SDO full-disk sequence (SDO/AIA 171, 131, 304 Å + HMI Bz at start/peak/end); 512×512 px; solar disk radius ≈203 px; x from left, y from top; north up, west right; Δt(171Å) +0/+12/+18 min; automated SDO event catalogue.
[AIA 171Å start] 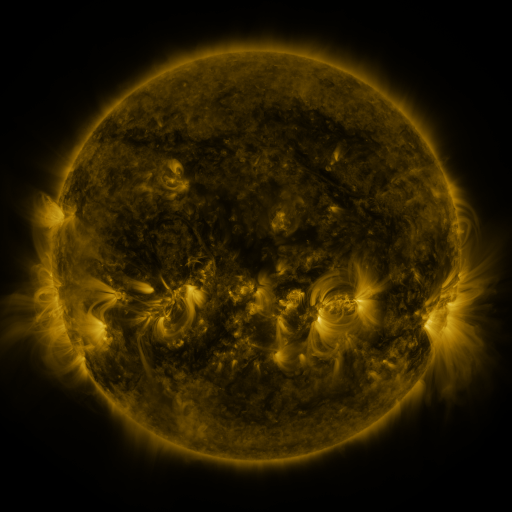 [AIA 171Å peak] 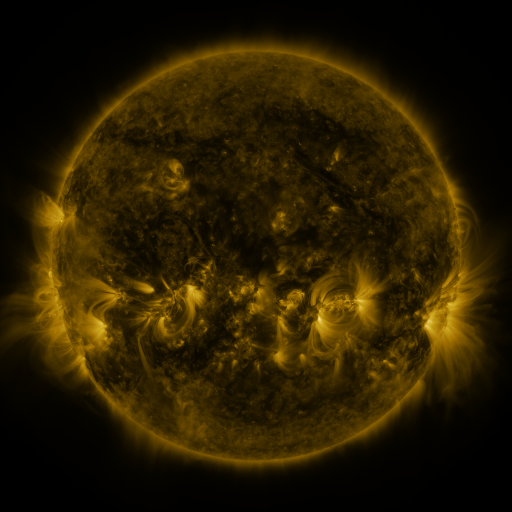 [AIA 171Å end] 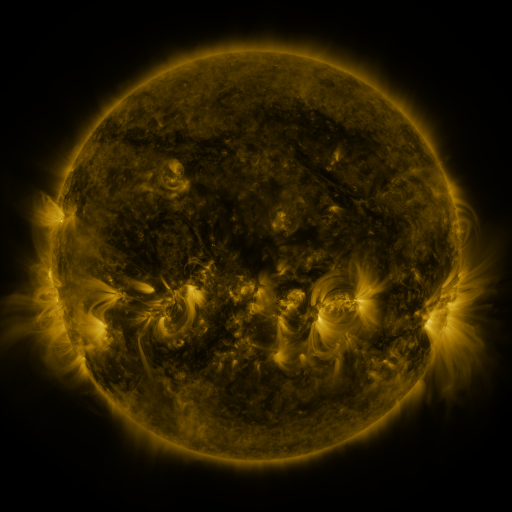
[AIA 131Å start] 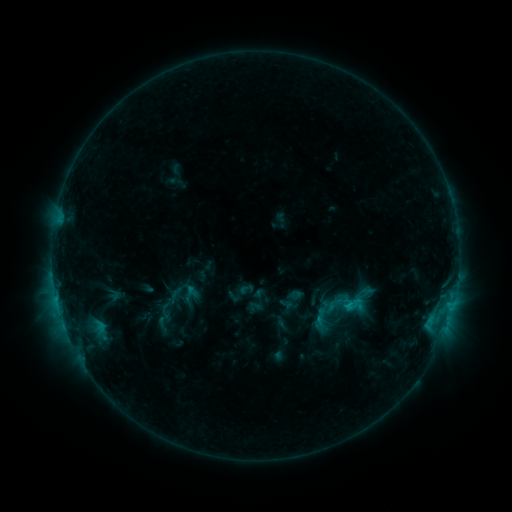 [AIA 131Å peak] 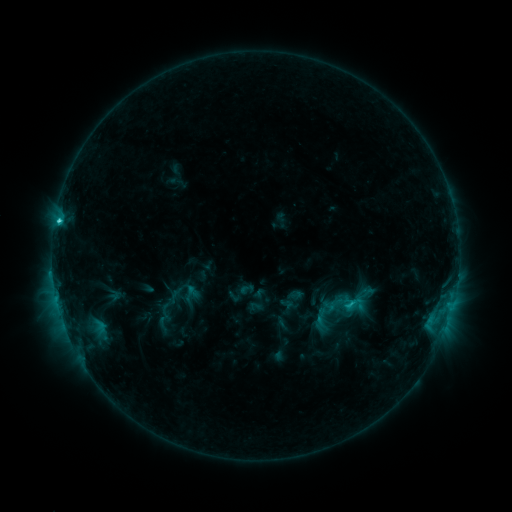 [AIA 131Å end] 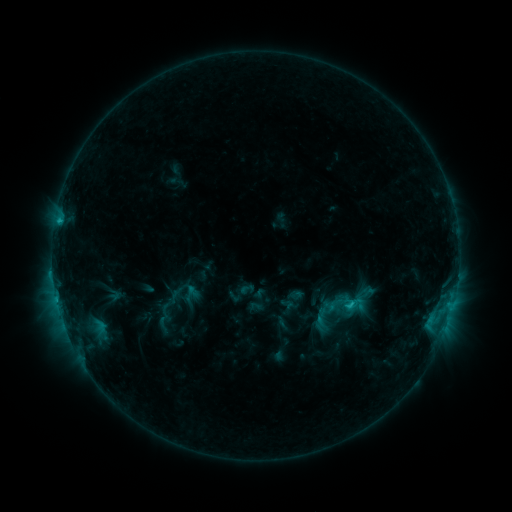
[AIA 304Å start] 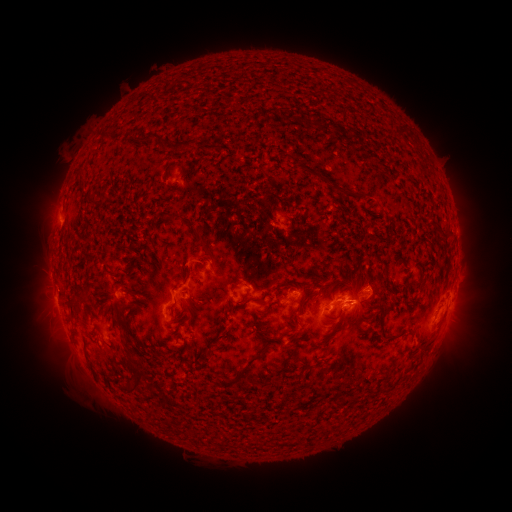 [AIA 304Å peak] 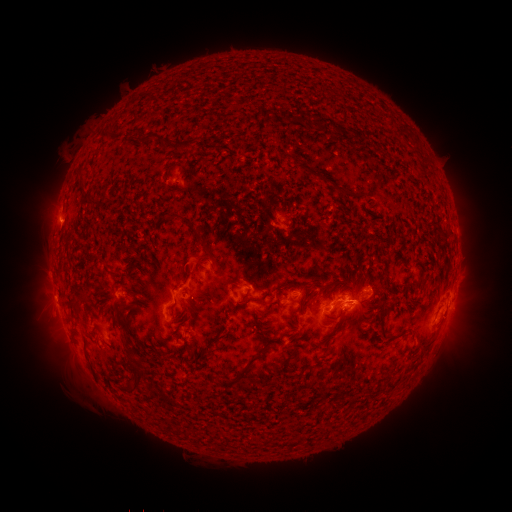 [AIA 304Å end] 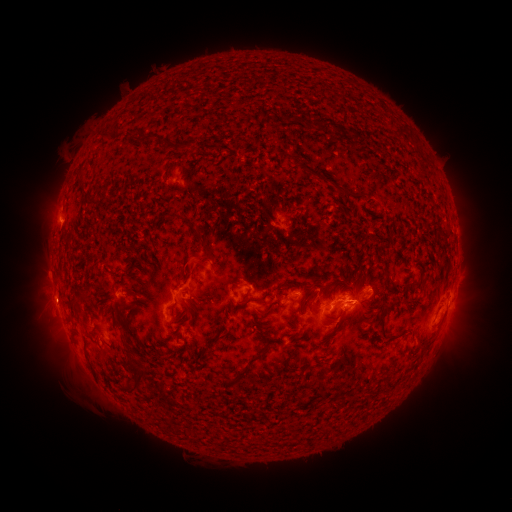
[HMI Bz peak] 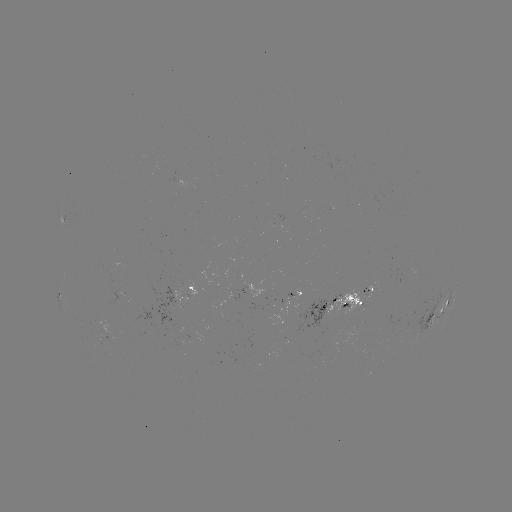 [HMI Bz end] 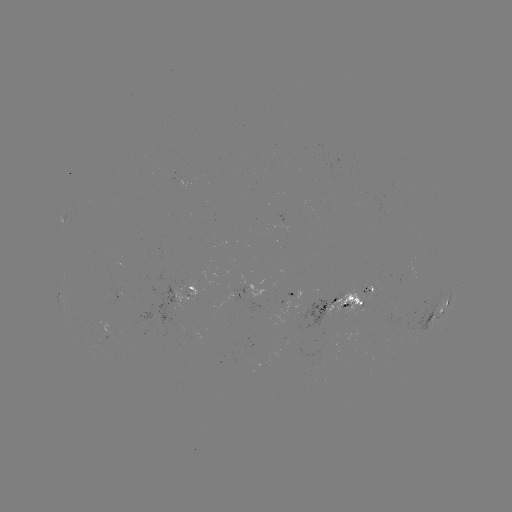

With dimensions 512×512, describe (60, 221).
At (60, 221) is C2.2 flare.